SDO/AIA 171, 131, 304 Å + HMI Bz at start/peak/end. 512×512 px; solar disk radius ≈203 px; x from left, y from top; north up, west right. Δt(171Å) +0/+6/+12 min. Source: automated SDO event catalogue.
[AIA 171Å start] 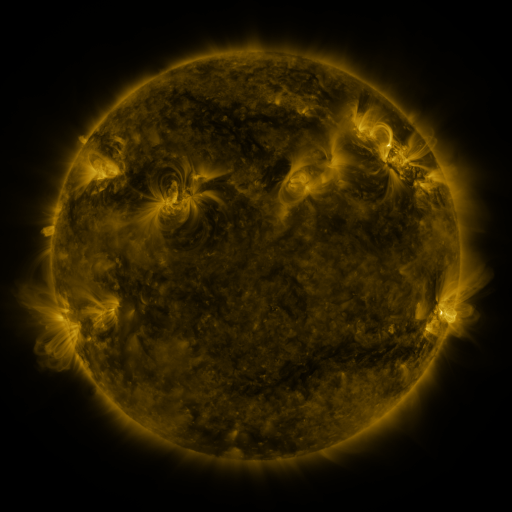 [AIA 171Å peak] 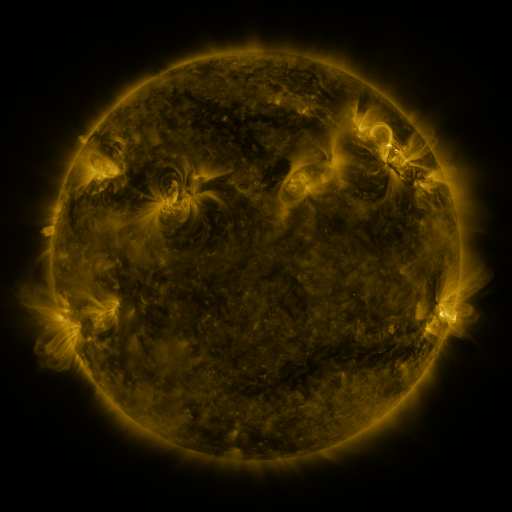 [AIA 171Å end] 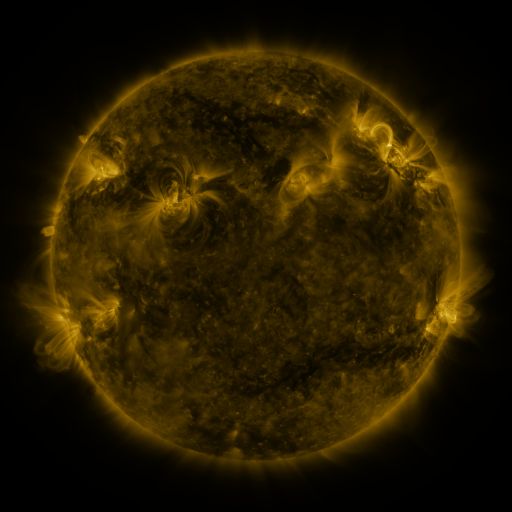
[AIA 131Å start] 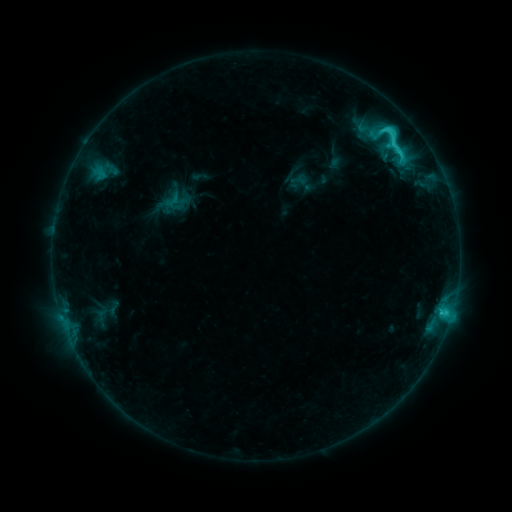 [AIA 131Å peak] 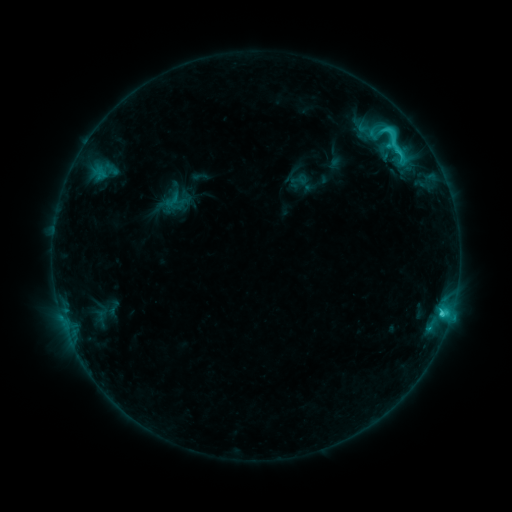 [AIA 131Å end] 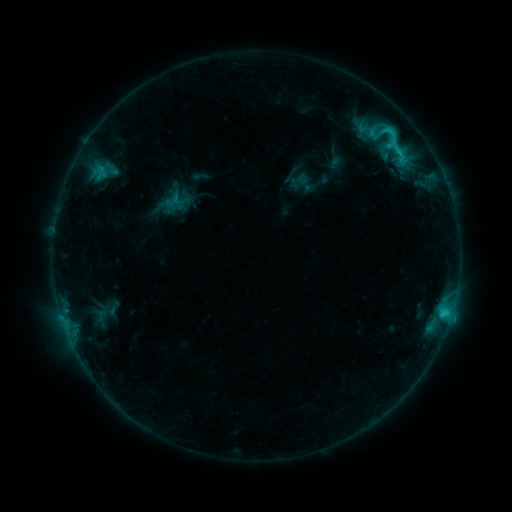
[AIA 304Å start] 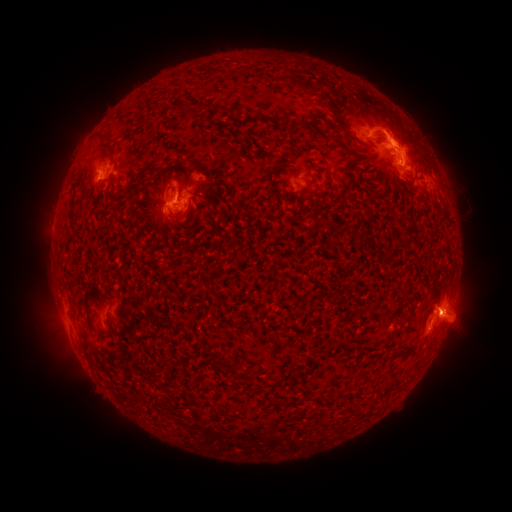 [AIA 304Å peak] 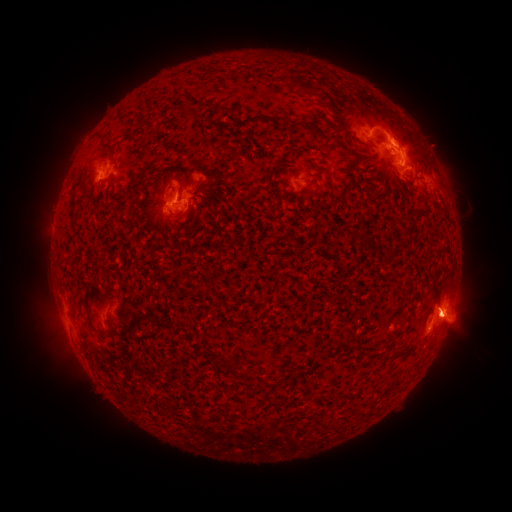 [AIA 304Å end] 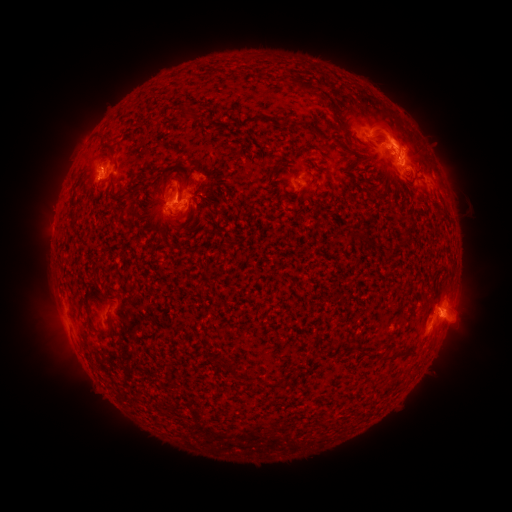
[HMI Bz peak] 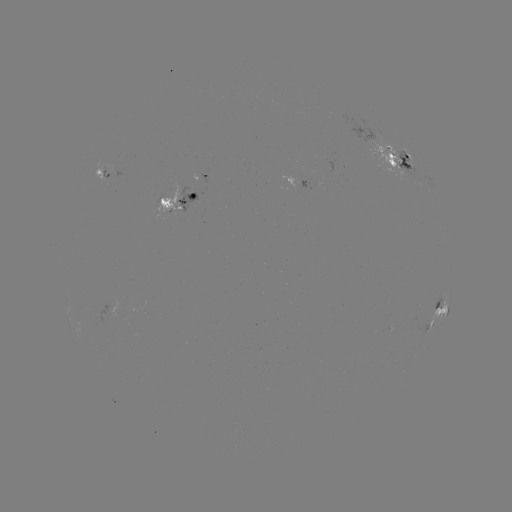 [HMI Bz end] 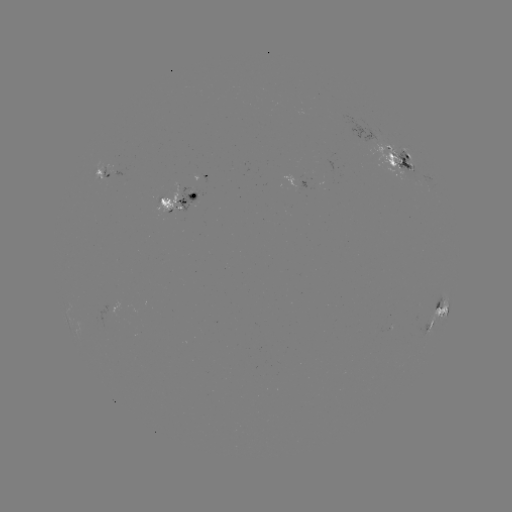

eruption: <bbox>54, 116, 125, 183</bbox>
